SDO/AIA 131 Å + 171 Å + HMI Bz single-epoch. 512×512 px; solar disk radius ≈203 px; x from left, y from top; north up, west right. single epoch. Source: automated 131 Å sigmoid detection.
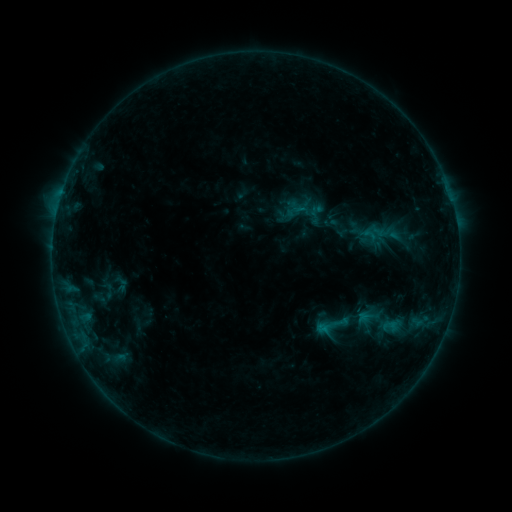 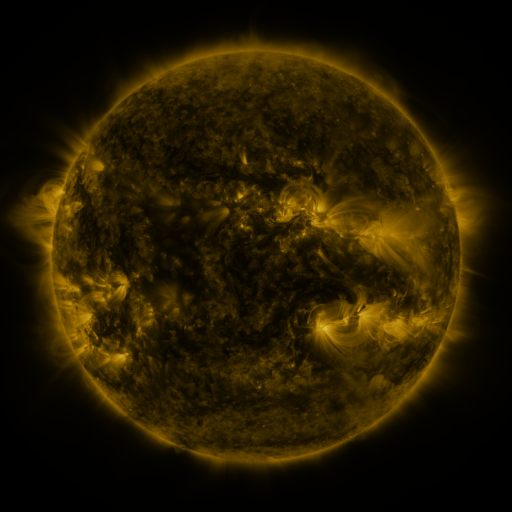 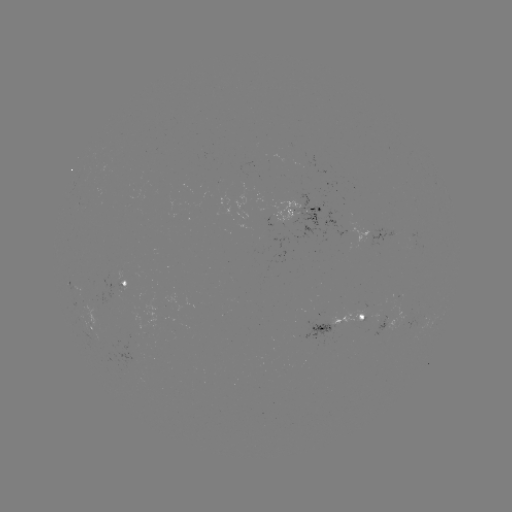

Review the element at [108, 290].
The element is sigmoid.